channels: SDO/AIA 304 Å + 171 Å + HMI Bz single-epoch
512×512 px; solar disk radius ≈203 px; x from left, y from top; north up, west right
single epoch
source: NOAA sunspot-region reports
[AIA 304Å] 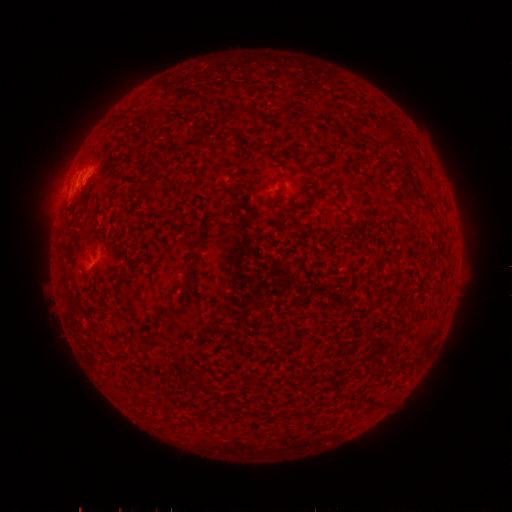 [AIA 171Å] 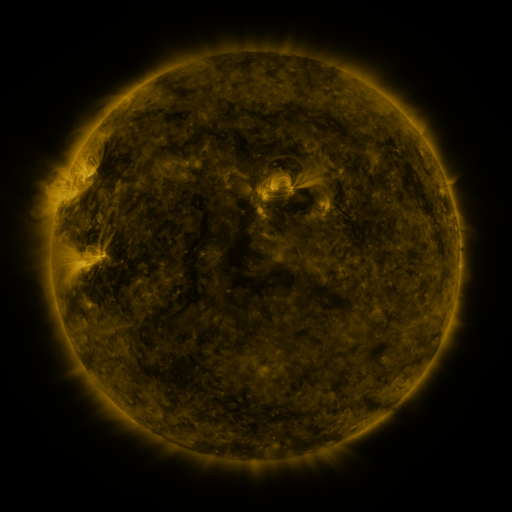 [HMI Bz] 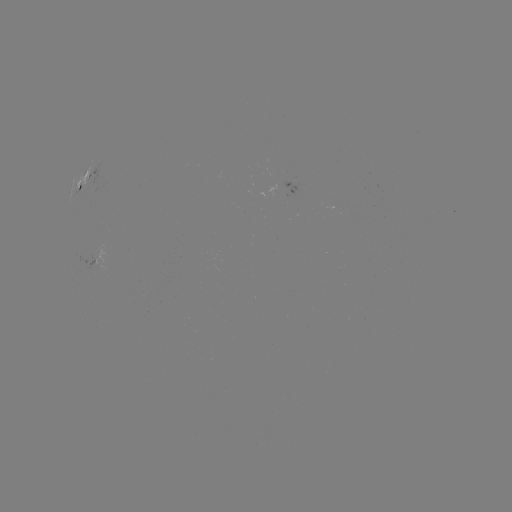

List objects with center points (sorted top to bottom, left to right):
spotted active region: (91, 180)
spotted active region: (107, 253)
